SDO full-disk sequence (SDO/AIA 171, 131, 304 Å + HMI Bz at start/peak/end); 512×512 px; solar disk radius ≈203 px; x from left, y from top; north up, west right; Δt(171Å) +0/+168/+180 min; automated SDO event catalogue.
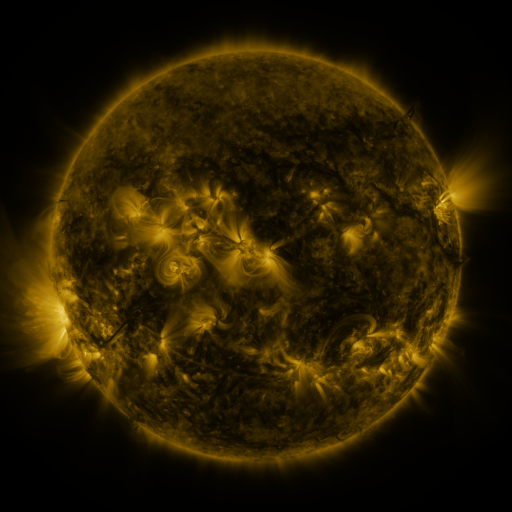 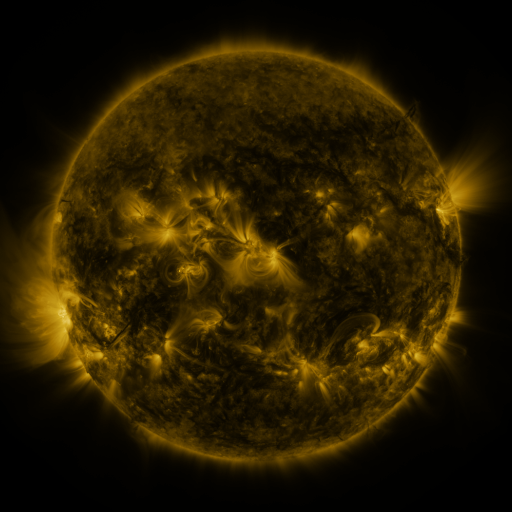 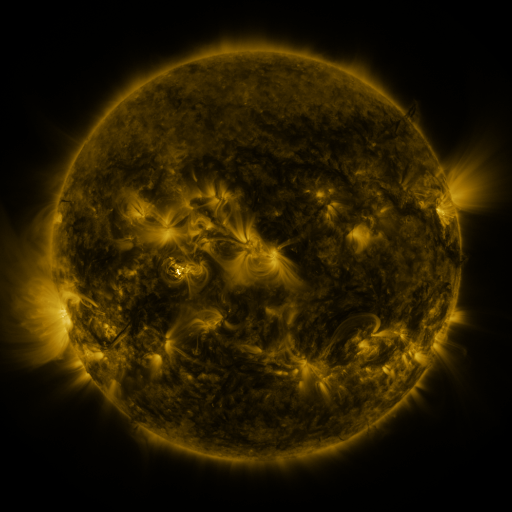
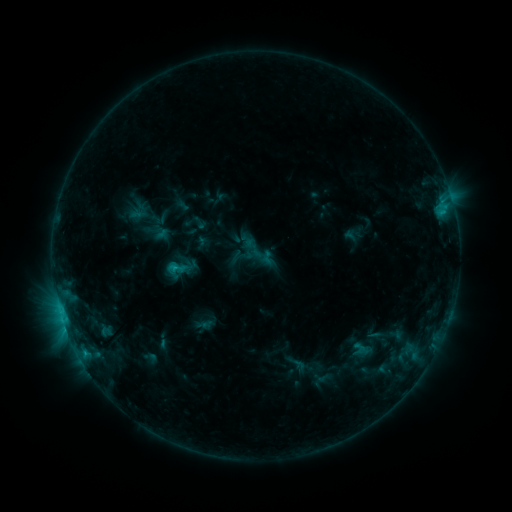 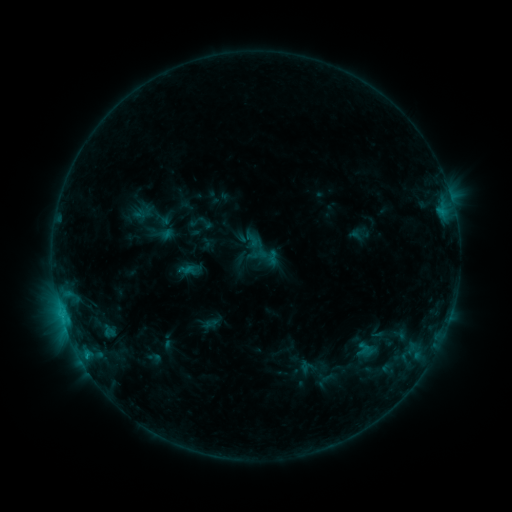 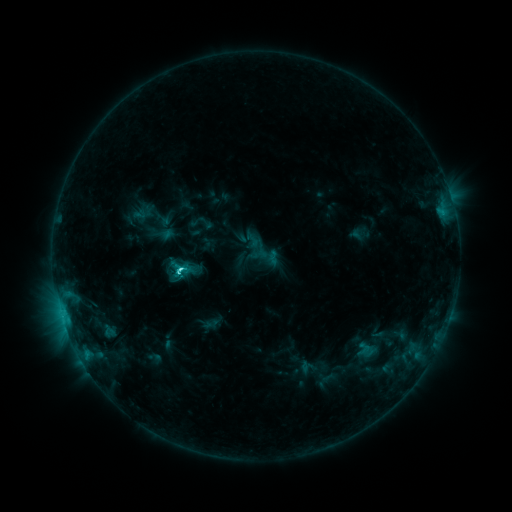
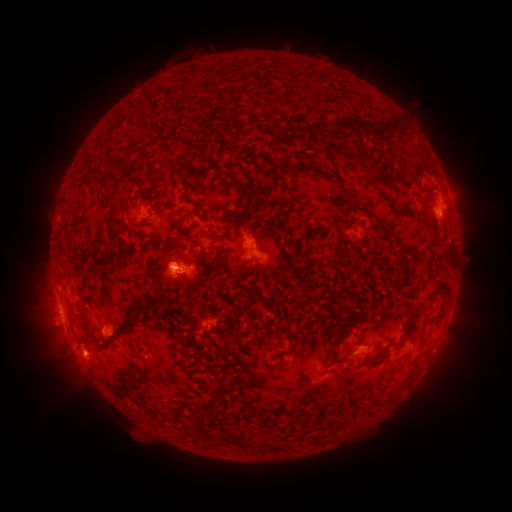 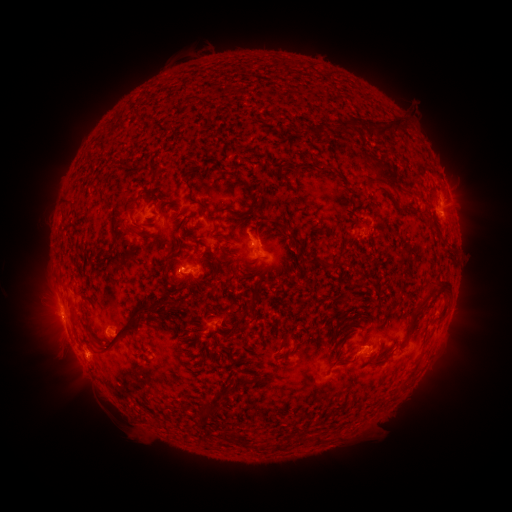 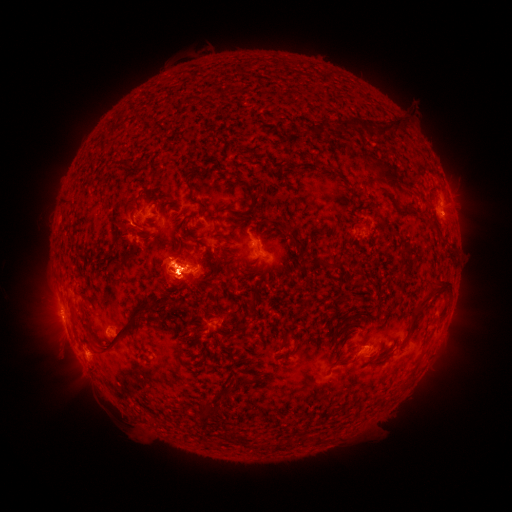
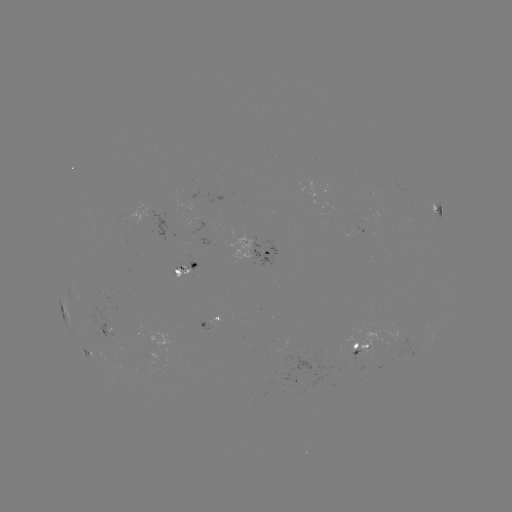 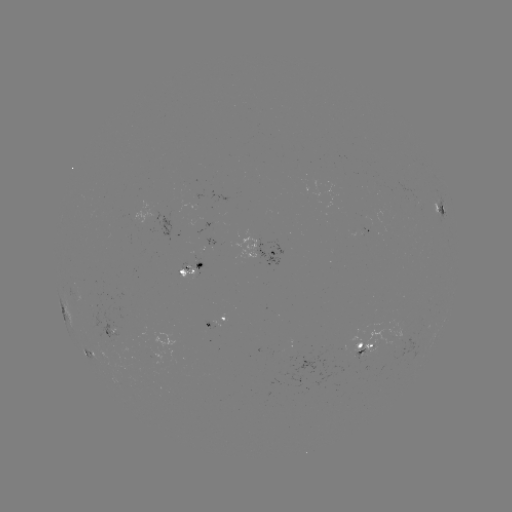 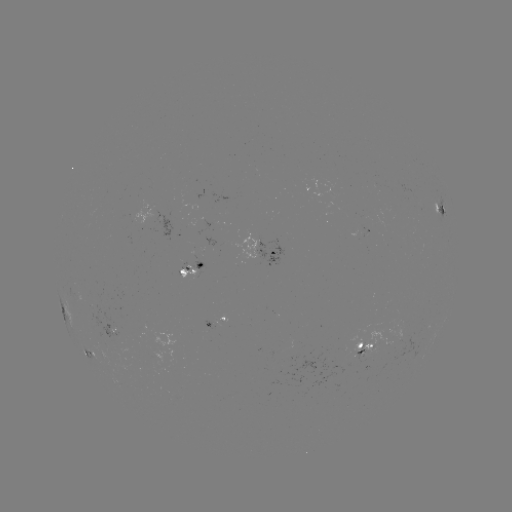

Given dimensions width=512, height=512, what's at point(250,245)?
emerging-flux region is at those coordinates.